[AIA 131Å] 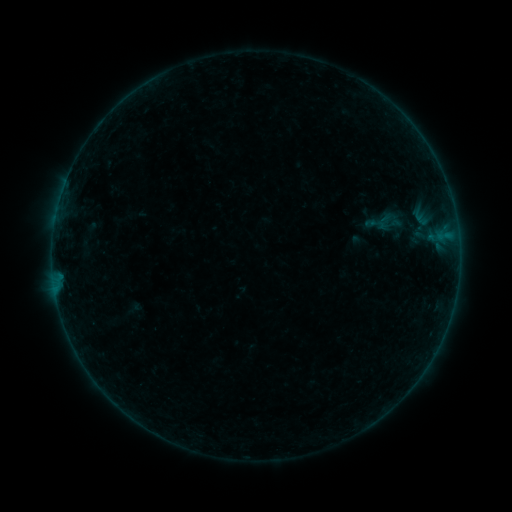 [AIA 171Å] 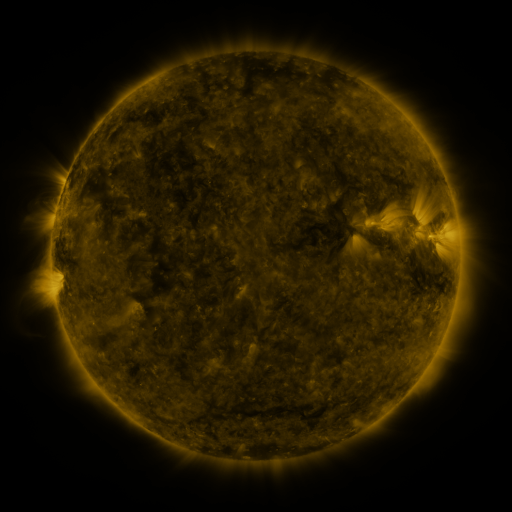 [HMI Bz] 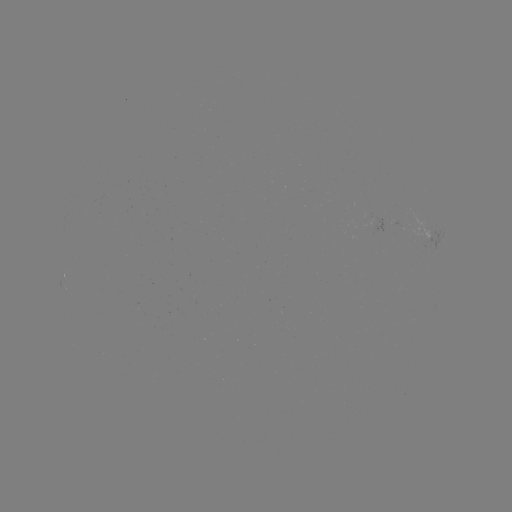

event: sigmoid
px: (377, 224)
